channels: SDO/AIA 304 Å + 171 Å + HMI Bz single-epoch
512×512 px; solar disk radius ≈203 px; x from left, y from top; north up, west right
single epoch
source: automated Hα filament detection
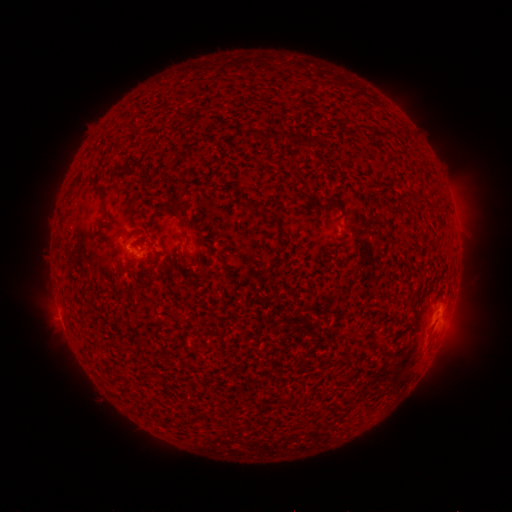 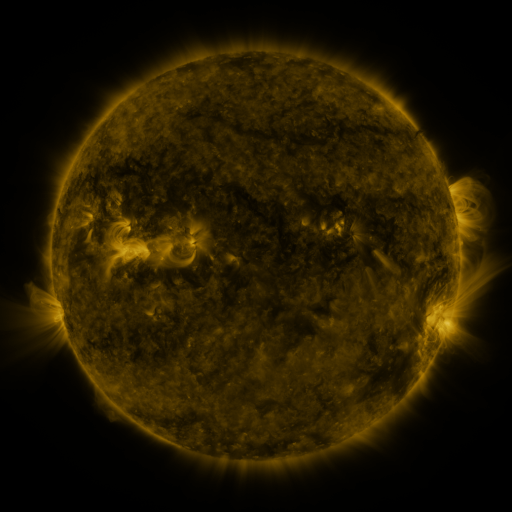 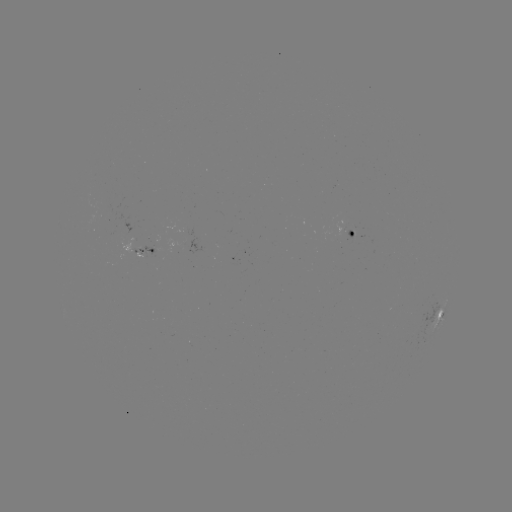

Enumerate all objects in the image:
filament: (357, 130)
filament: (270, 134)
filament: (308, 141)
filament: (132, 169)
filament: (80, 178)
filament: (421, 195)
filament: (70, 196)
filament: (102, 199)
filament: (331, 201)
filament: (435, 206)
filament: (172, 208)
filament: (268, 210)
filament: (345, 214)
filament: (113, 238)
filament: (152, 274)
filament: (183, 283)
